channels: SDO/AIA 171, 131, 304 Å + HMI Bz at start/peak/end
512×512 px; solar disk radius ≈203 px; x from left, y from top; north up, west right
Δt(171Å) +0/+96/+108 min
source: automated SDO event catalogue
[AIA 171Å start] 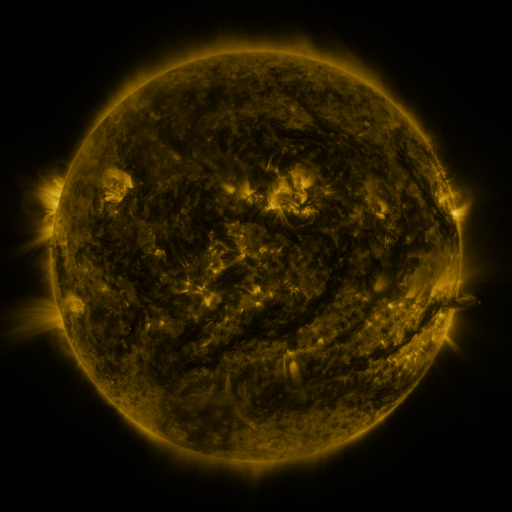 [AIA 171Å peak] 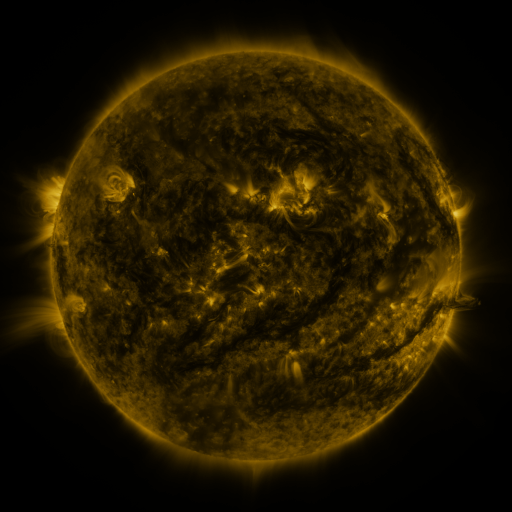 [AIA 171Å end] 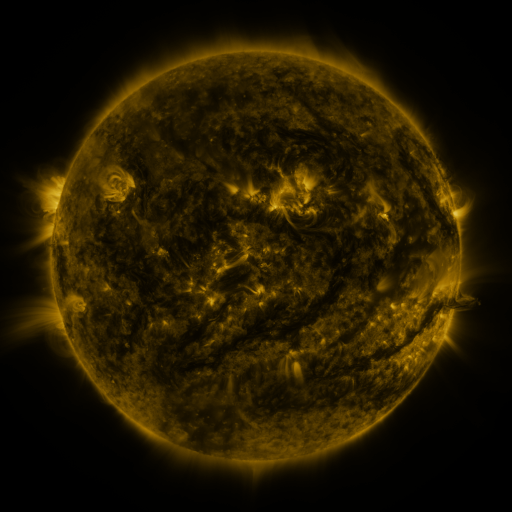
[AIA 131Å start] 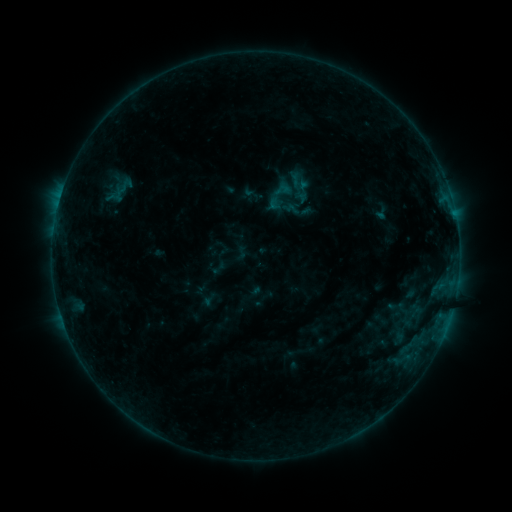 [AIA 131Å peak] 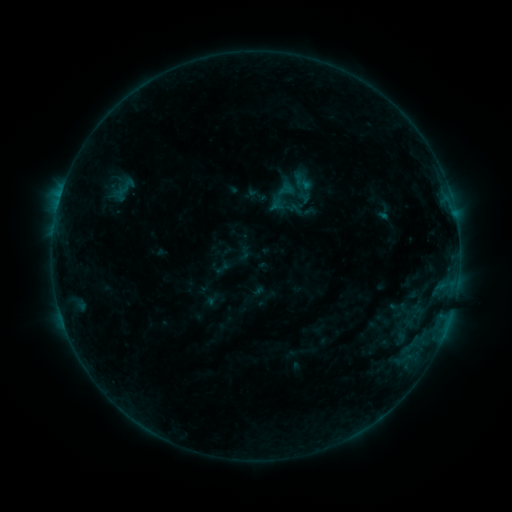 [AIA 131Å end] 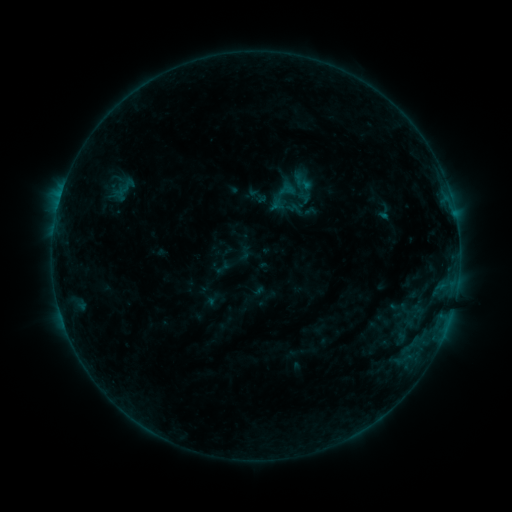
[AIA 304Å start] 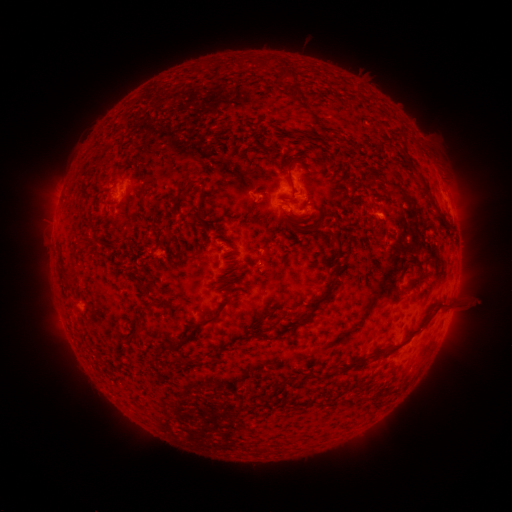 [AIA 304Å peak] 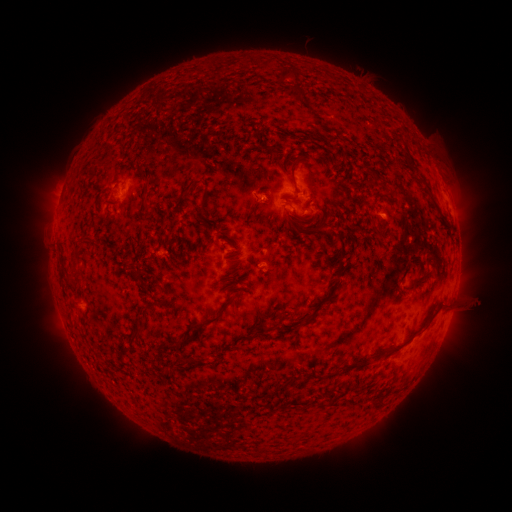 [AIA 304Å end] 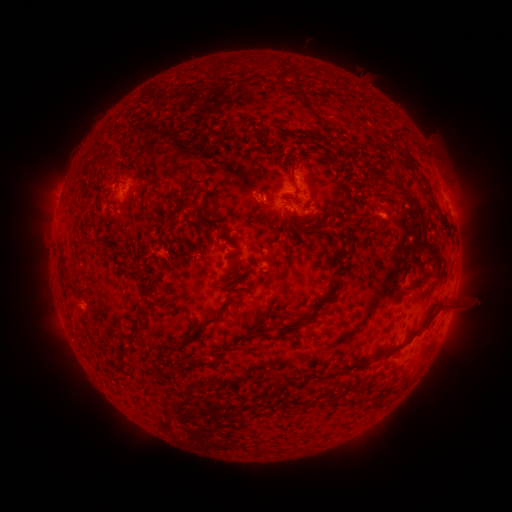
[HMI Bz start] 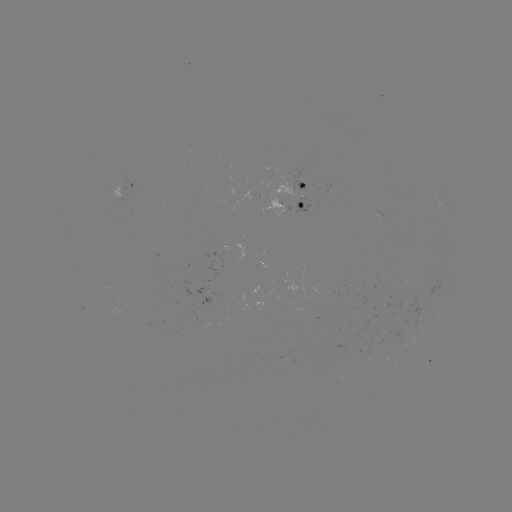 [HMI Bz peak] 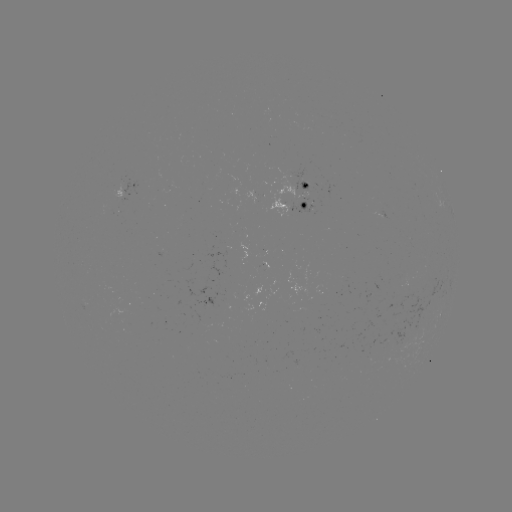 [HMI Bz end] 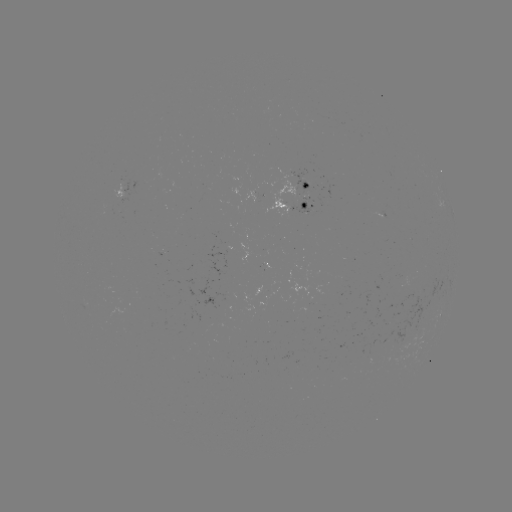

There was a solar emerging-flux region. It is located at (263, 266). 